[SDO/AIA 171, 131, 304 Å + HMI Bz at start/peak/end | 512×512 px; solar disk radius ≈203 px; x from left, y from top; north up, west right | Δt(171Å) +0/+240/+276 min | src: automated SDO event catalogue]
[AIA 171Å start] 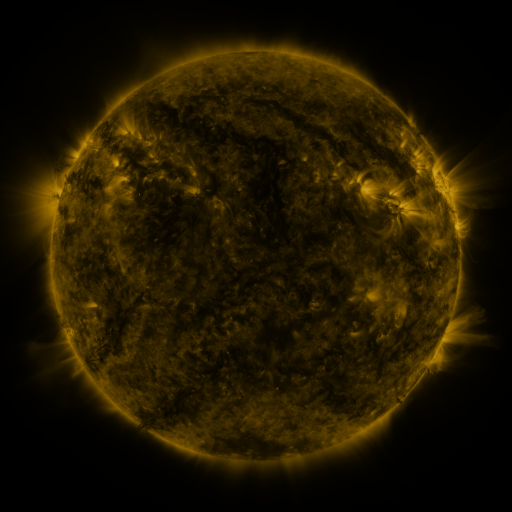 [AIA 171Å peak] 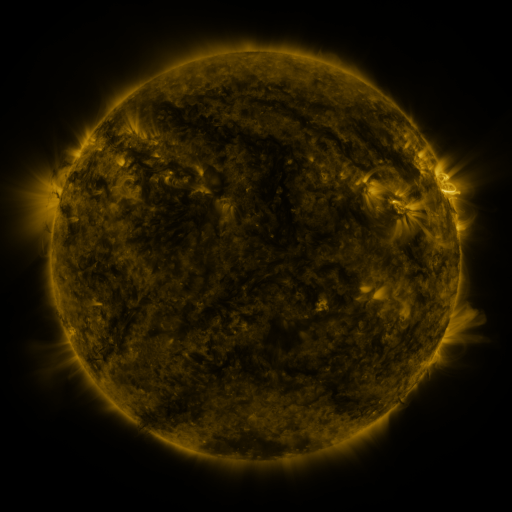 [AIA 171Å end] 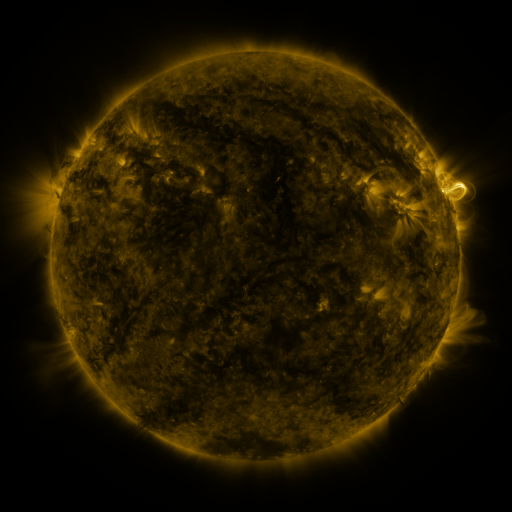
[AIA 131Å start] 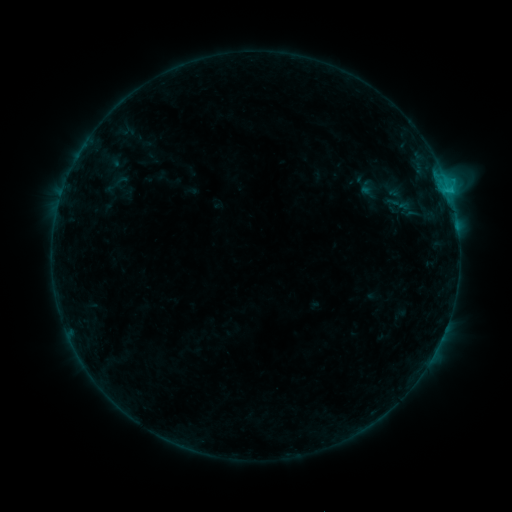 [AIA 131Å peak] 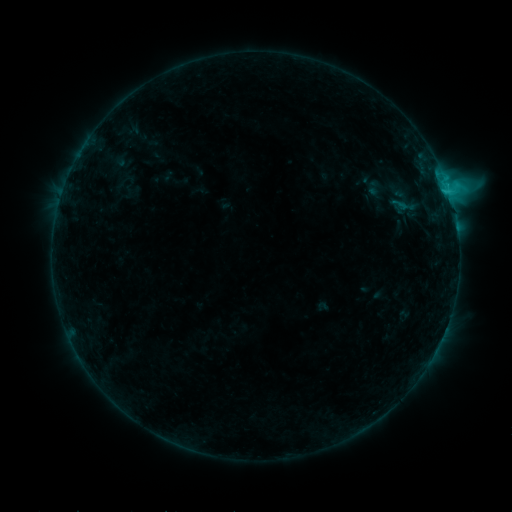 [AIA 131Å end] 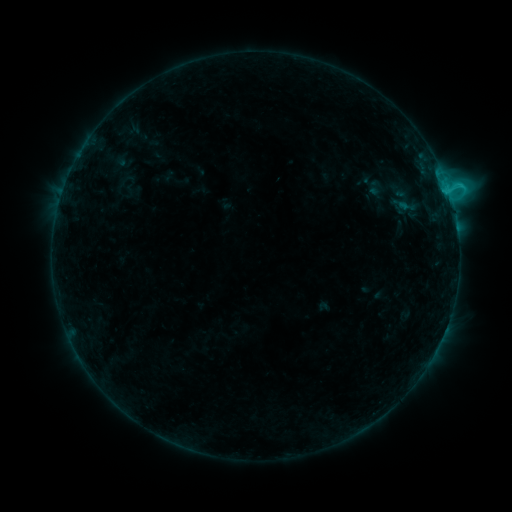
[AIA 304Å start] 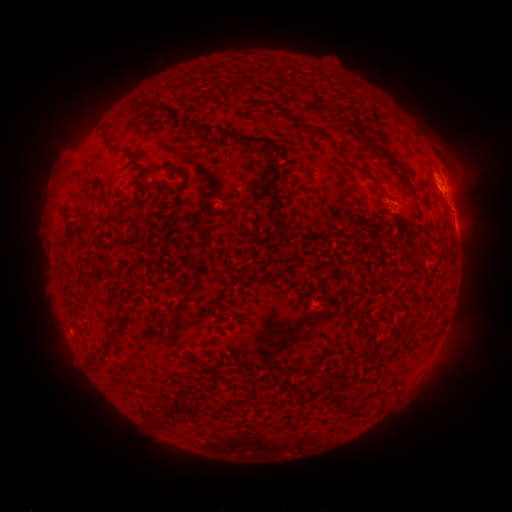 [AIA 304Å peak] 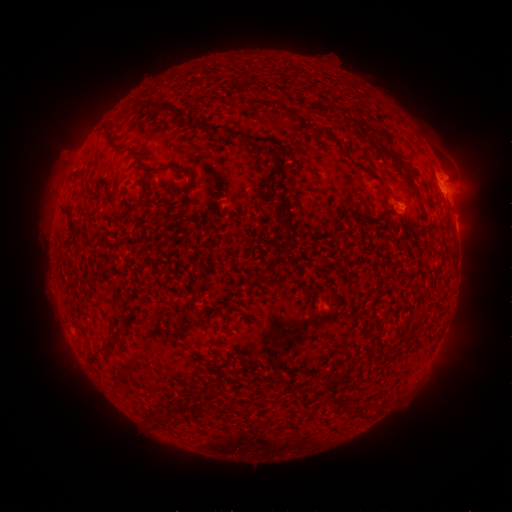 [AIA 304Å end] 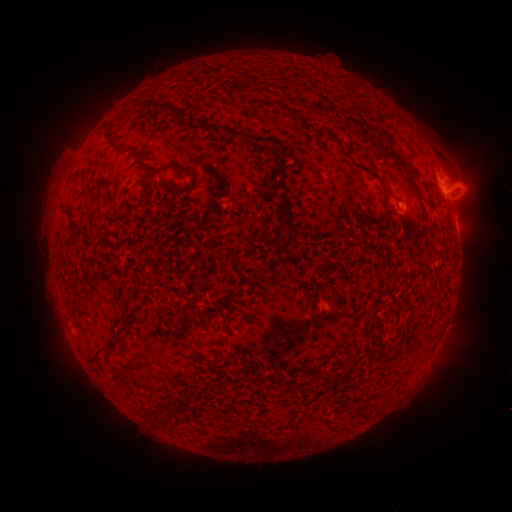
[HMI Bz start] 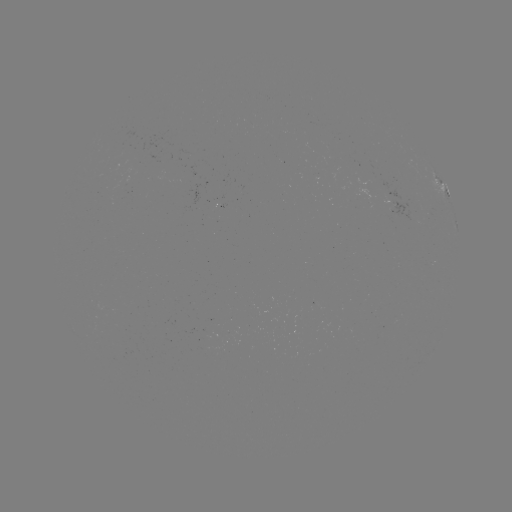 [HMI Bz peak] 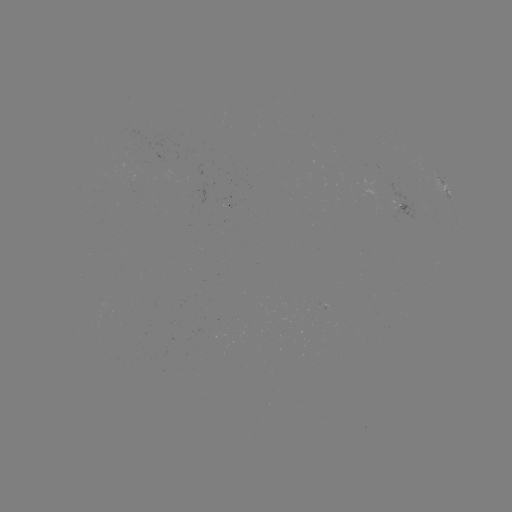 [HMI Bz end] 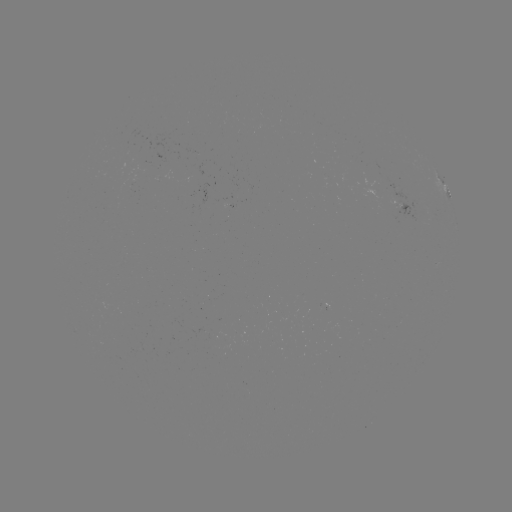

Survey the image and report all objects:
emerging-flux region: (401, 206)
